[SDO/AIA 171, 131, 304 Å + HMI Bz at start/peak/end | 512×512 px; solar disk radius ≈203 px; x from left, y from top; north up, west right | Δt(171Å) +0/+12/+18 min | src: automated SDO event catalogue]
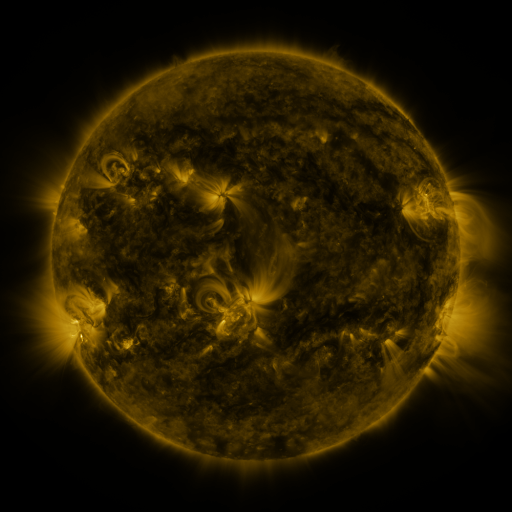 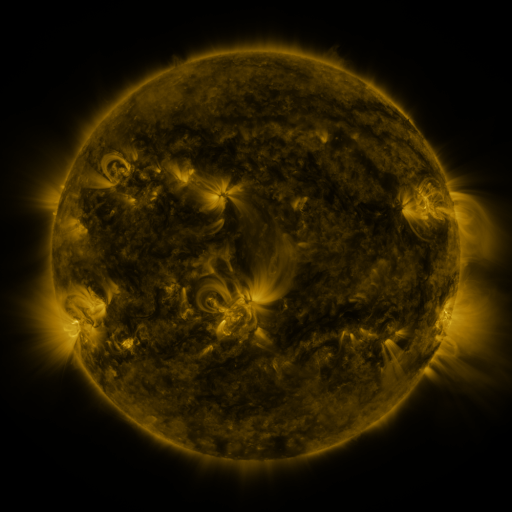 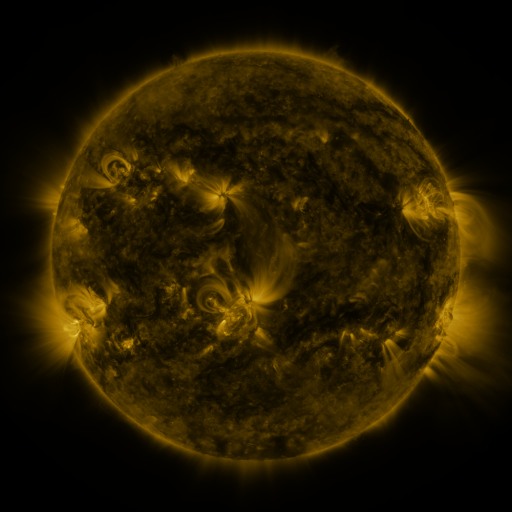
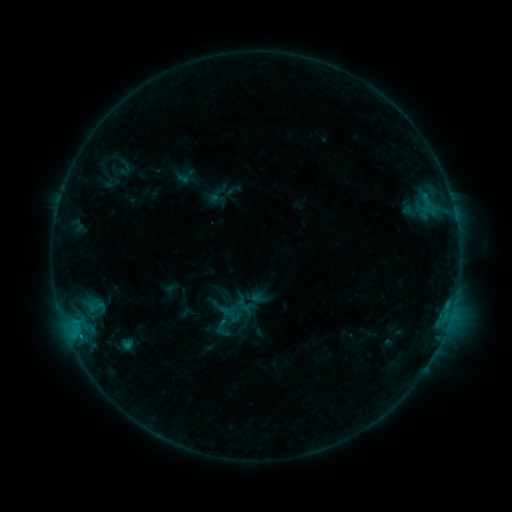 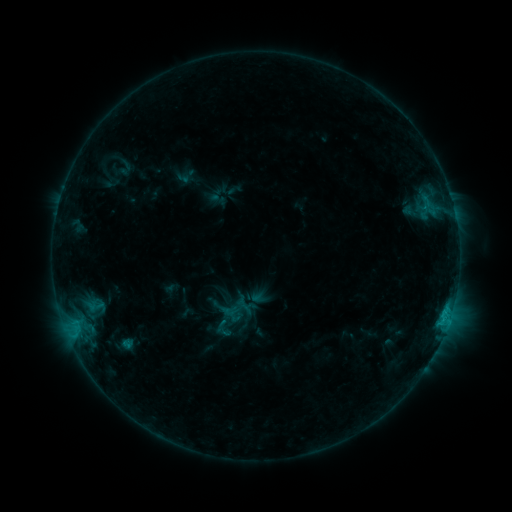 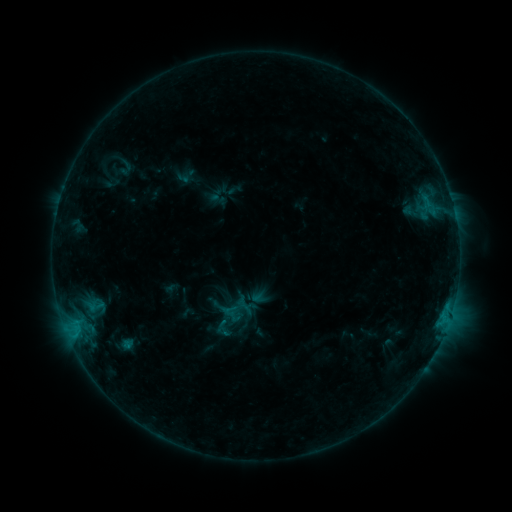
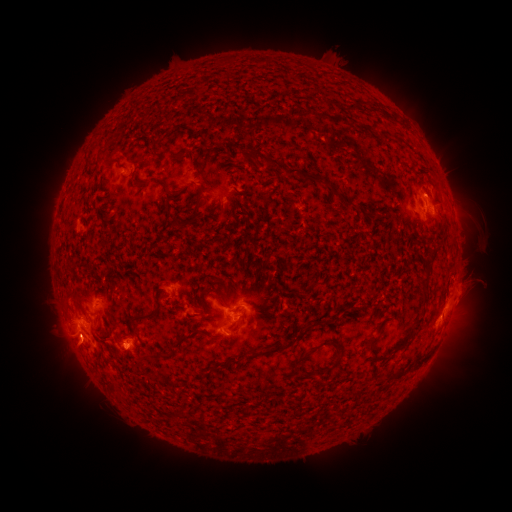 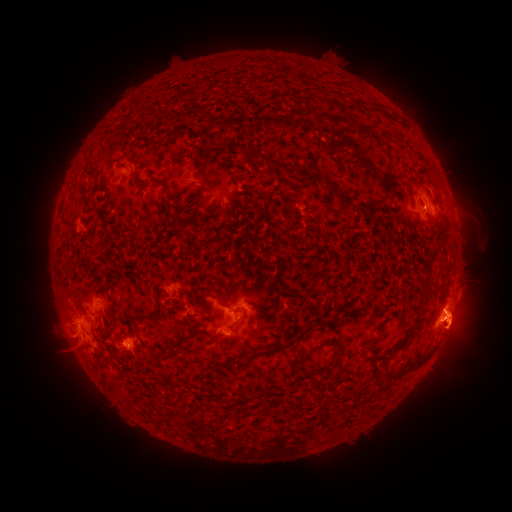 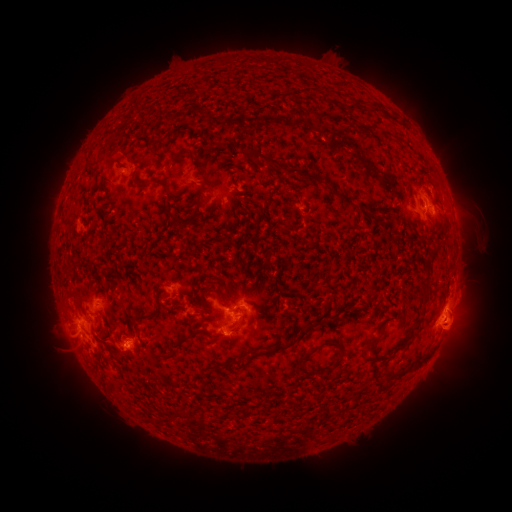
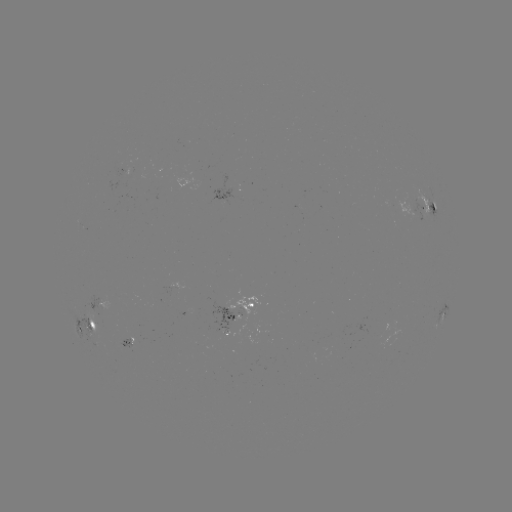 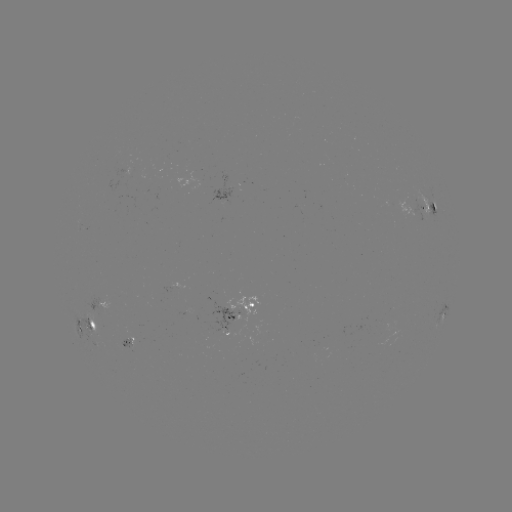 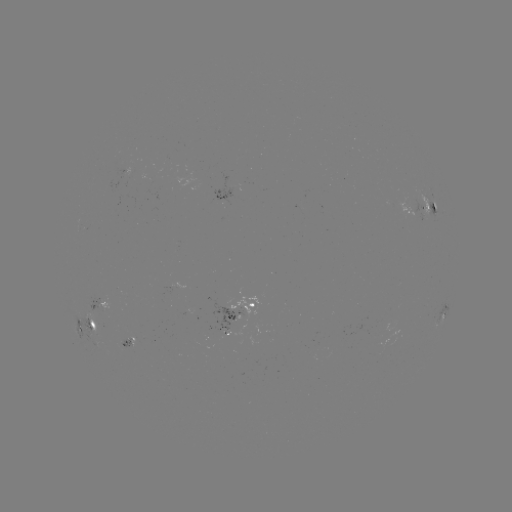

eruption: <bbox>399, 209, 500, 417</bbox>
